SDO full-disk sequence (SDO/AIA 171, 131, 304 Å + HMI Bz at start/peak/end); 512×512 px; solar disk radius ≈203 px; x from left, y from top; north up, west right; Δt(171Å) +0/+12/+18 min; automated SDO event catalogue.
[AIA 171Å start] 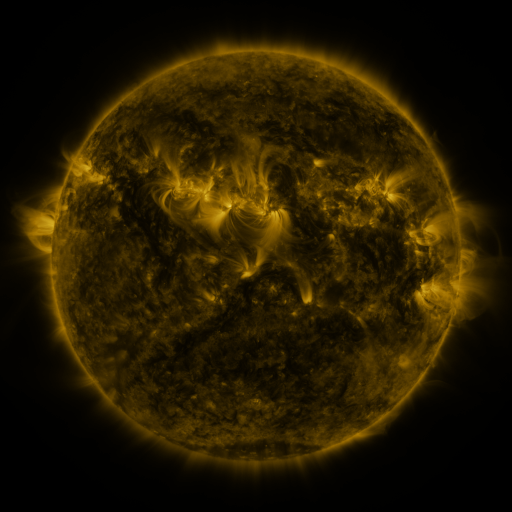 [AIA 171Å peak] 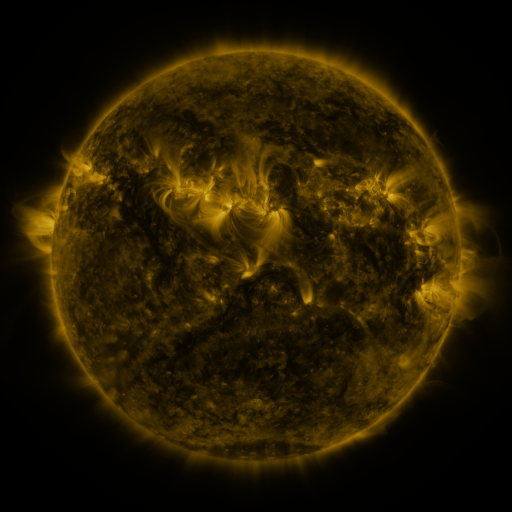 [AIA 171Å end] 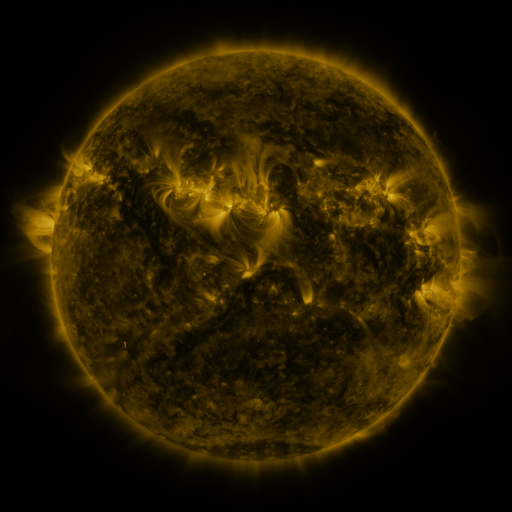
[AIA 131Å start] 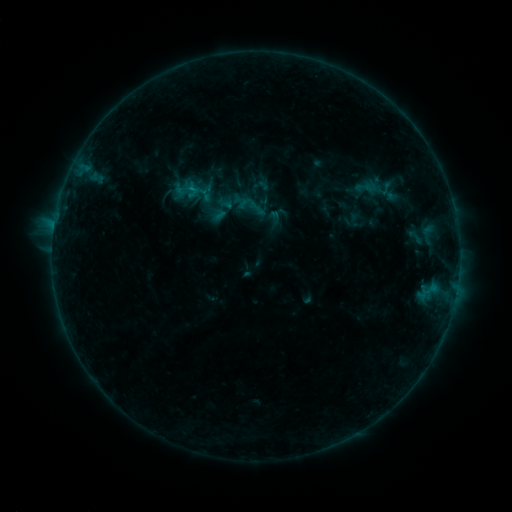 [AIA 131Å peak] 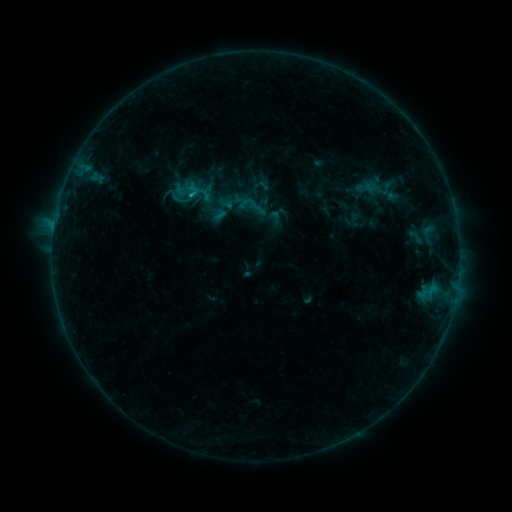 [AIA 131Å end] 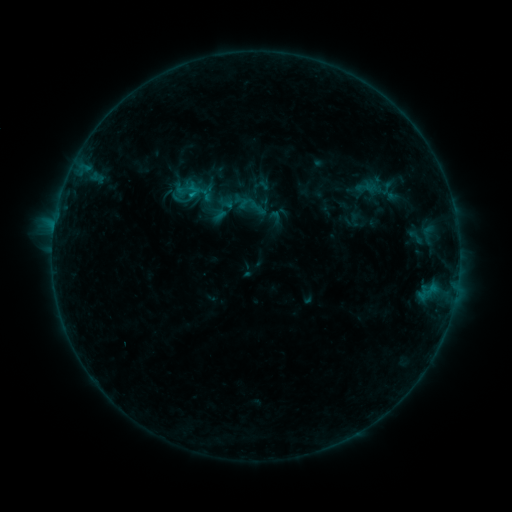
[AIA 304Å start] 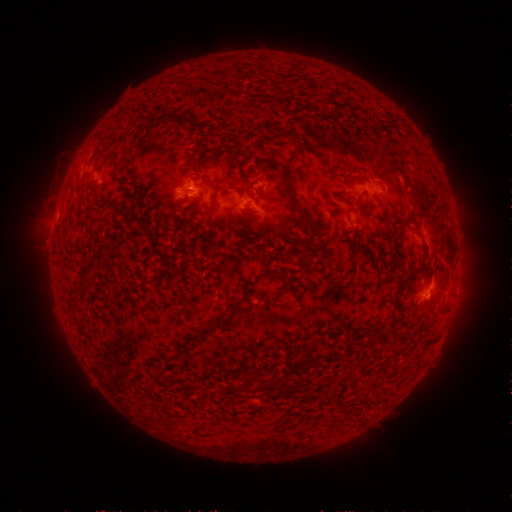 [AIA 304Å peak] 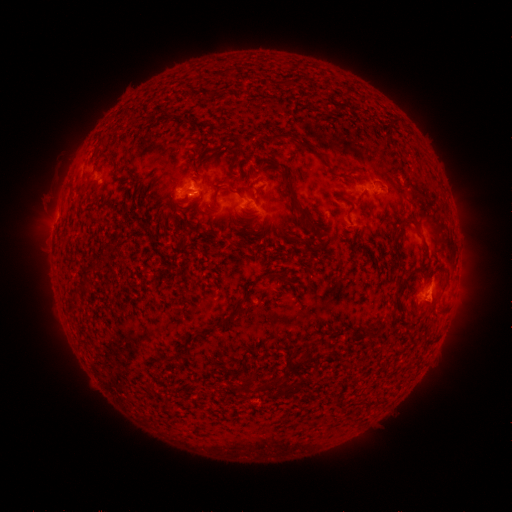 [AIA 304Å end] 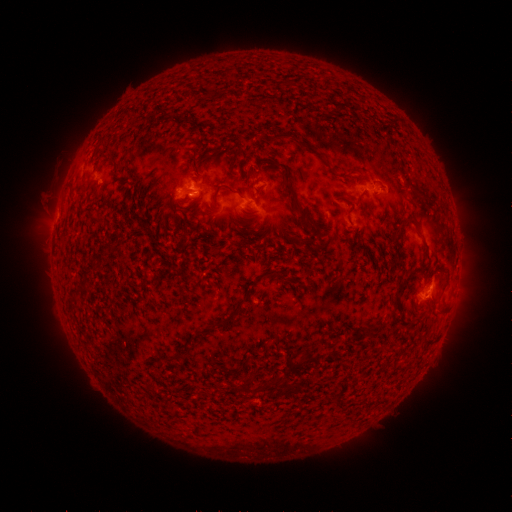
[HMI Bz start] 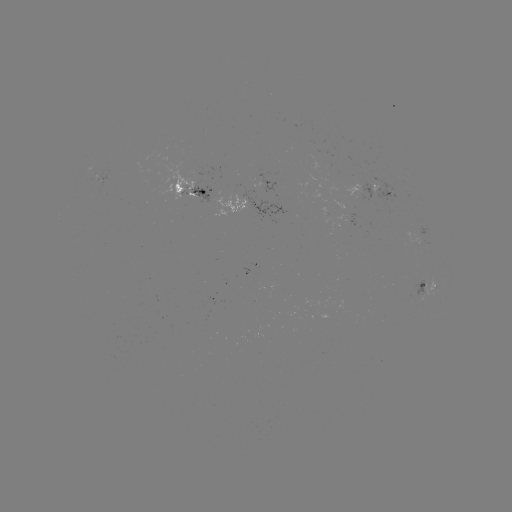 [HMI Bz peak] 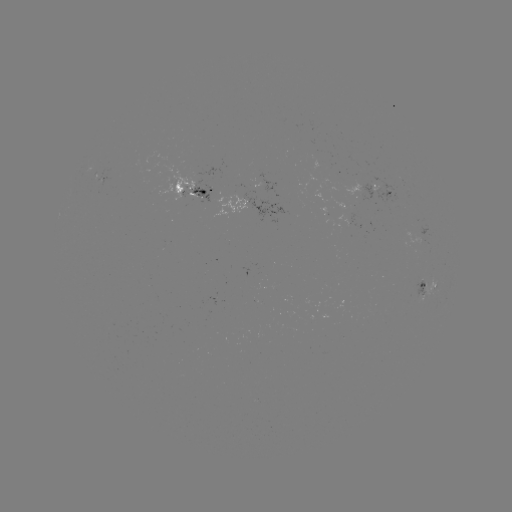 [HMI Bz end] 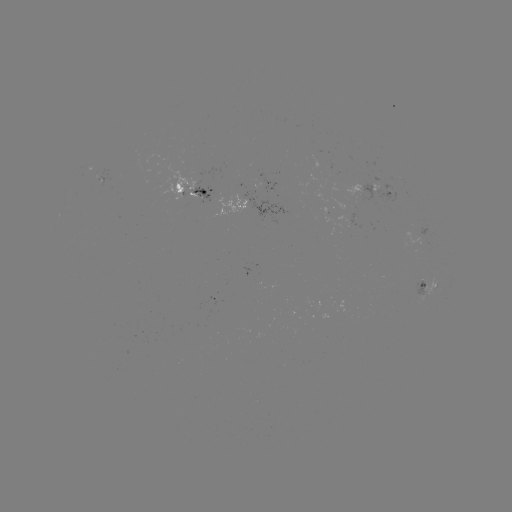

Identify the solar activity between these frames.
B6.3 flare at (194, 195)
